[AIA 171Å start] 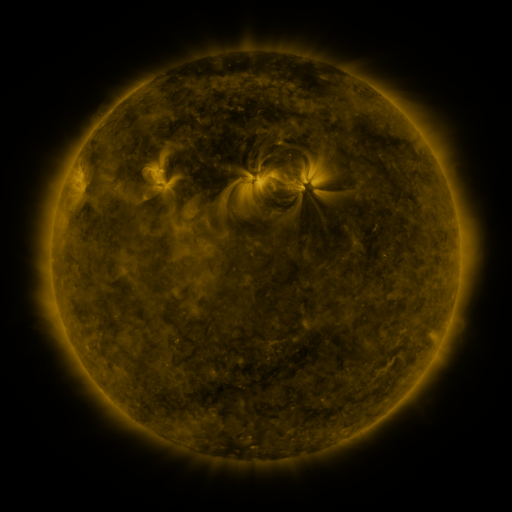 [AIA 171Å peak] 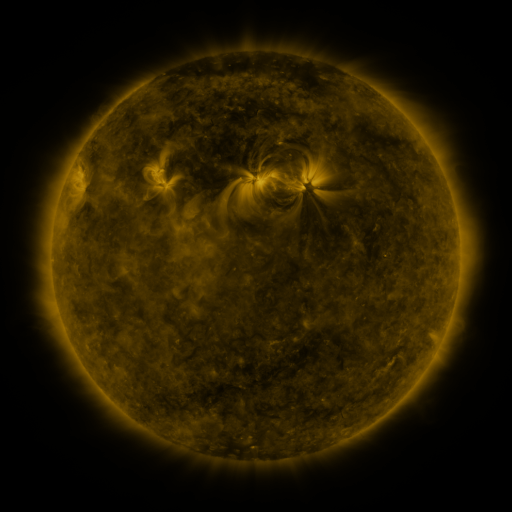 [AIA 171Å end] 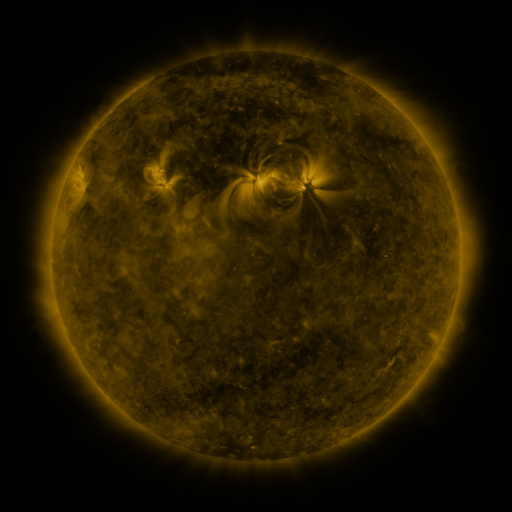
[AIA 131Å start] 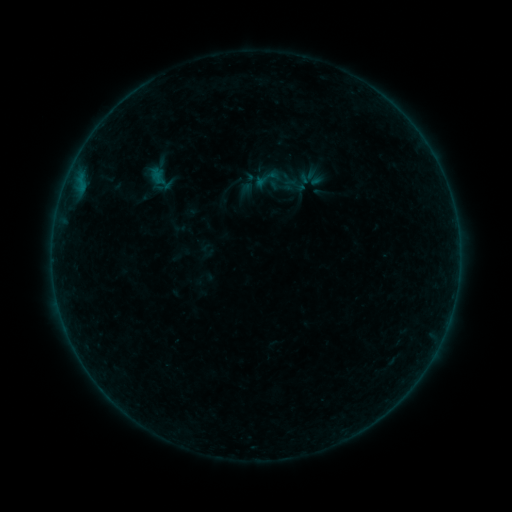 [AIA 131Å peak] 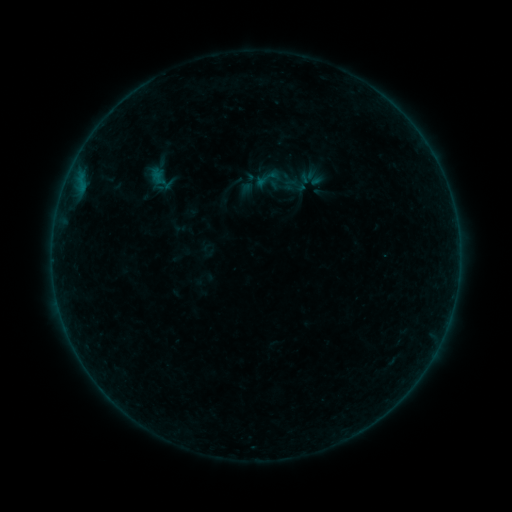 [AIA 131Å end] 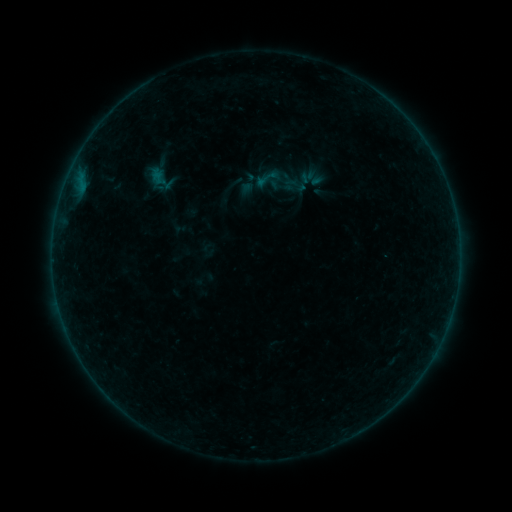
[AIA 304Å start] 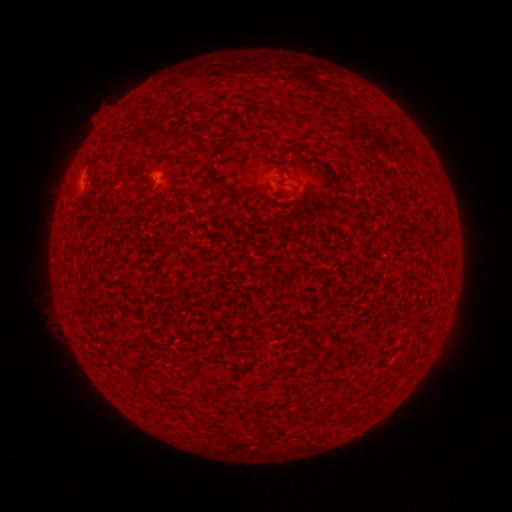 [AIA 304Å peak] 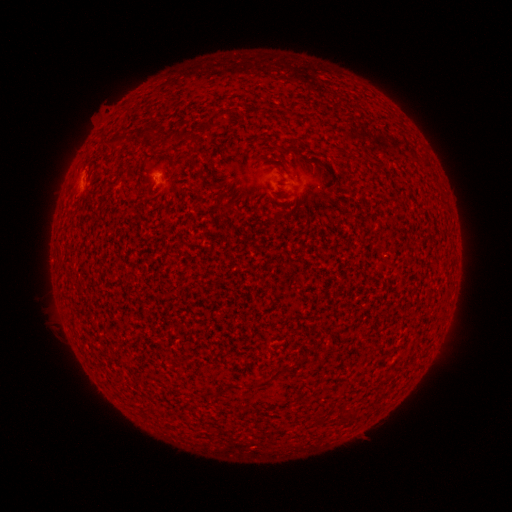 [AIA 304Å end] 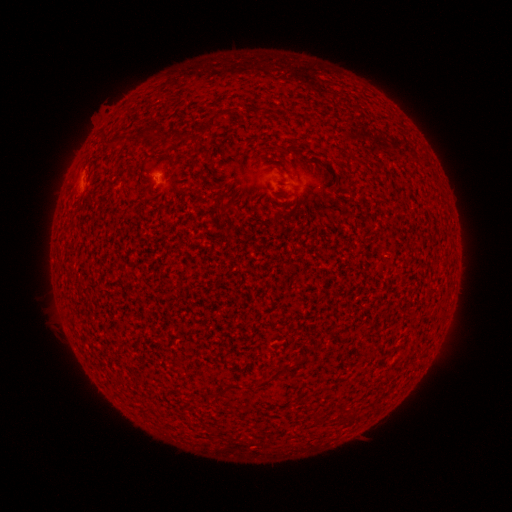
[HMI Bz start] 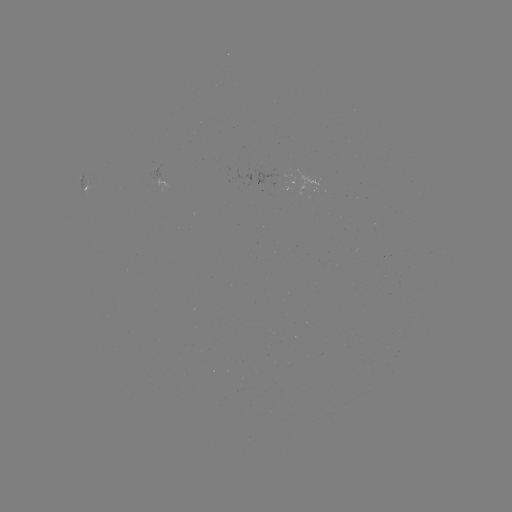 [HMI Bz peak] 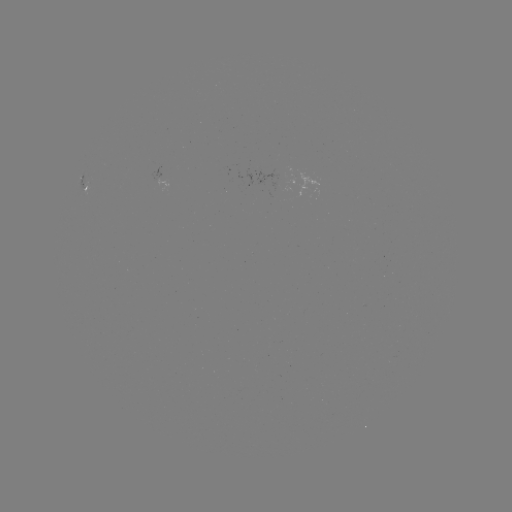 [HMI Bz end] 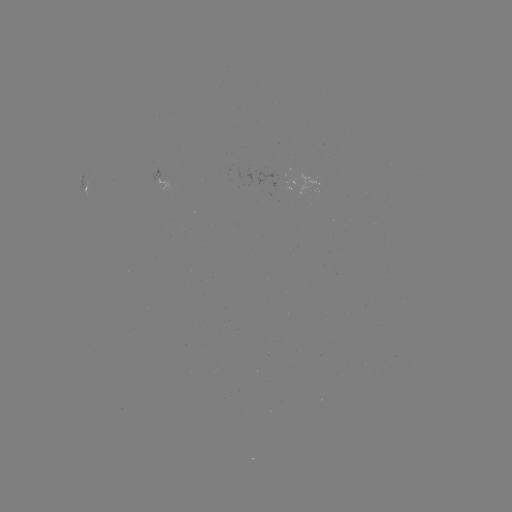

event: flare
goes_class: A9.2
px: (83, 170)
